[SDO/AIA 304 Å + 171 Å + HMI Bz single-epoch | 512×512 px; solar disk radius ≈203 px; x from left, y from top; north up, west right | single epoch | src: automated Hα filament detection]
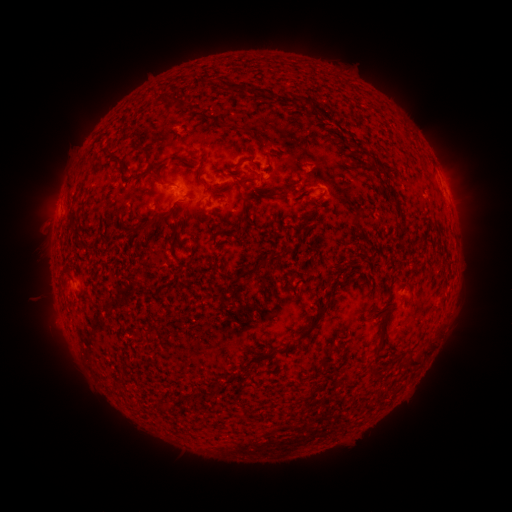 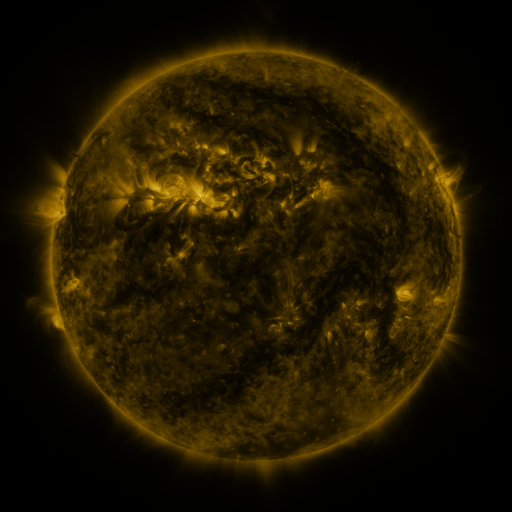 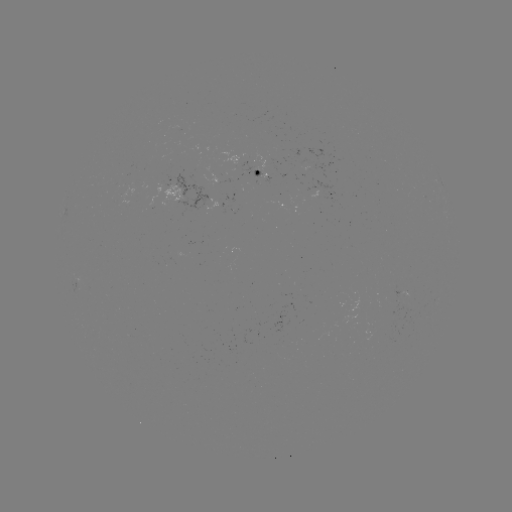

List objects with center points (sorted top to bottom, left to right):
filament: [235, 178, 246, 187]
filament: [288, 182, 296, 193]
filament: [138, 214, 159, 229]
filament: [318, 304, 327, 312]
filament: [312, 315, 320, 325]
filament: [372, 342, 382, 358]
filament: [263, 347, 274, 360]
filament: [406, 356, 419, 368]
filament: [155, 401, 167, 413]
